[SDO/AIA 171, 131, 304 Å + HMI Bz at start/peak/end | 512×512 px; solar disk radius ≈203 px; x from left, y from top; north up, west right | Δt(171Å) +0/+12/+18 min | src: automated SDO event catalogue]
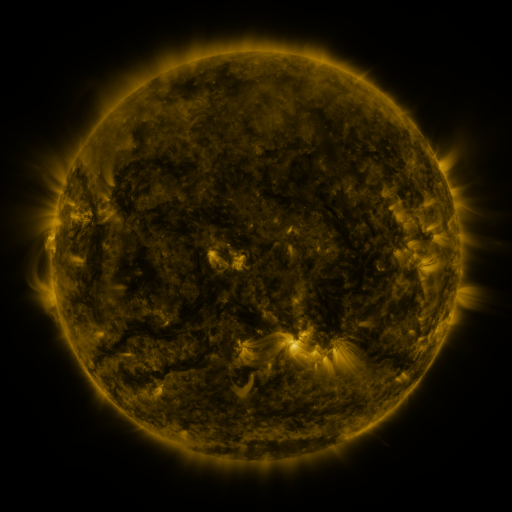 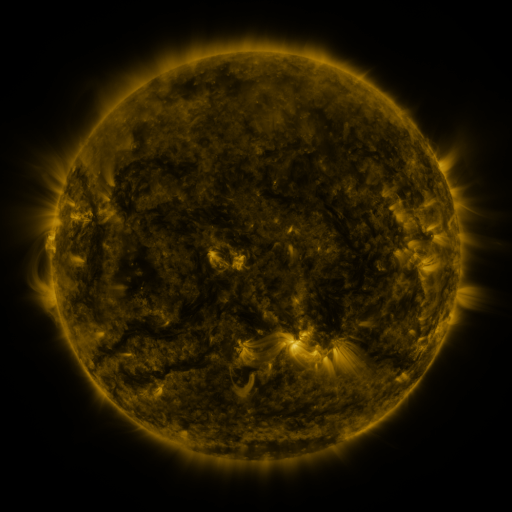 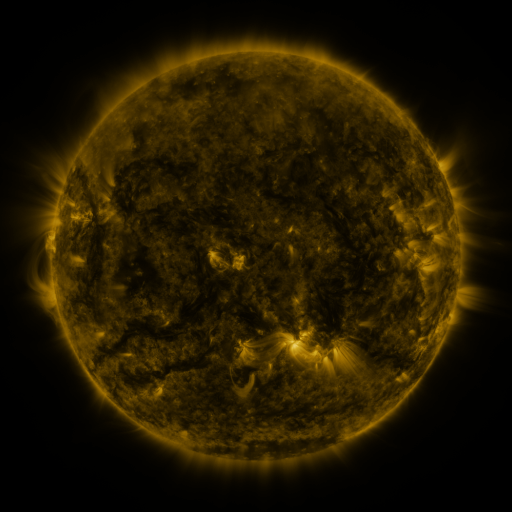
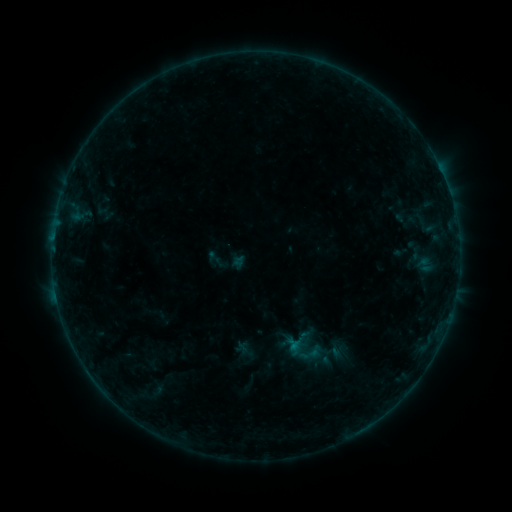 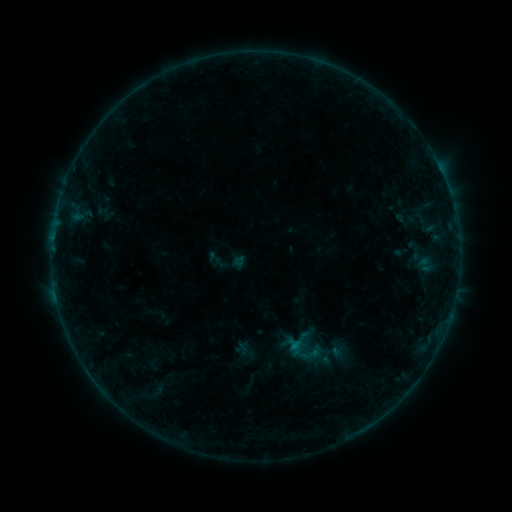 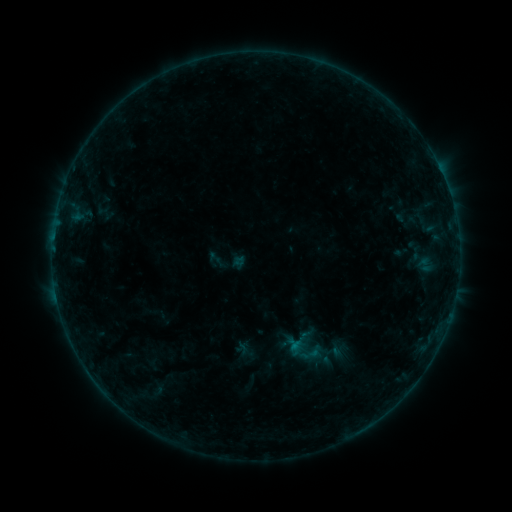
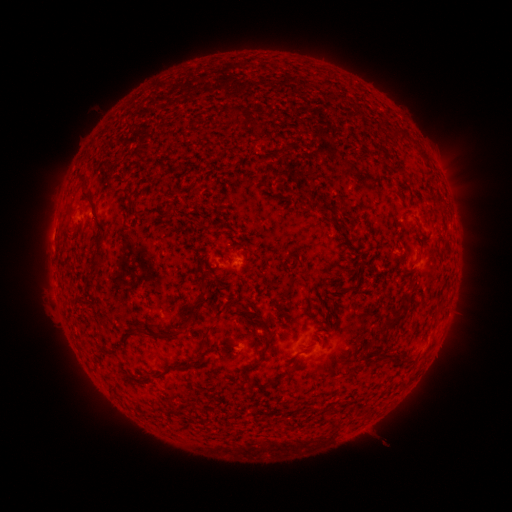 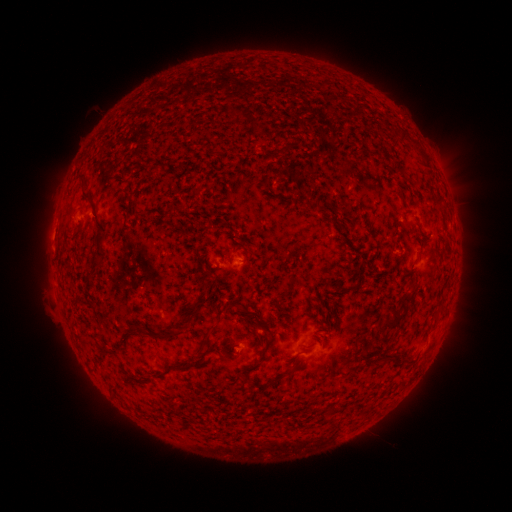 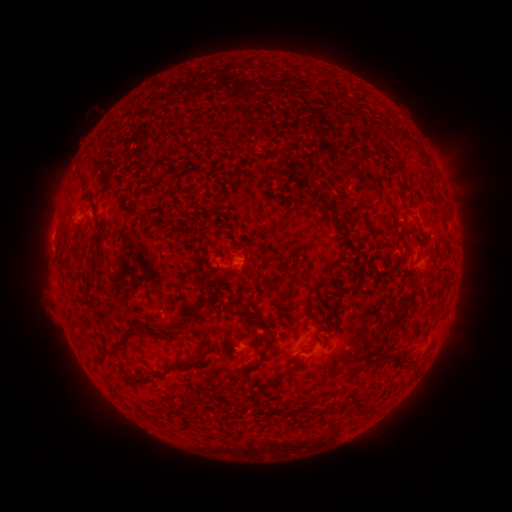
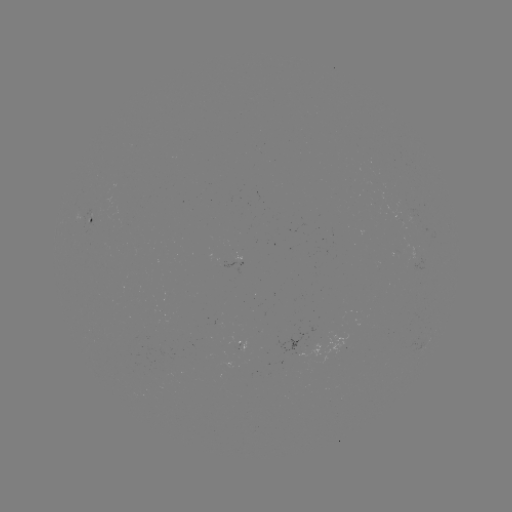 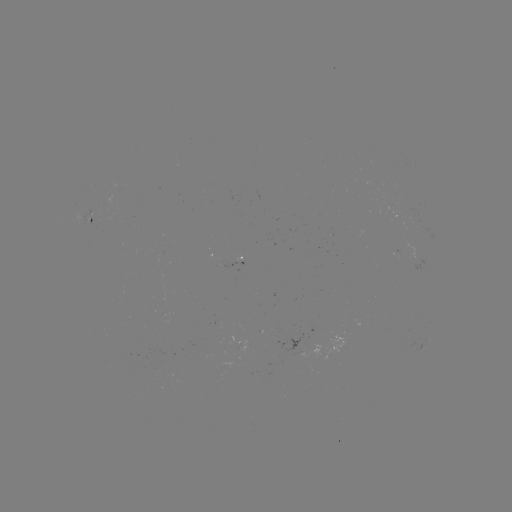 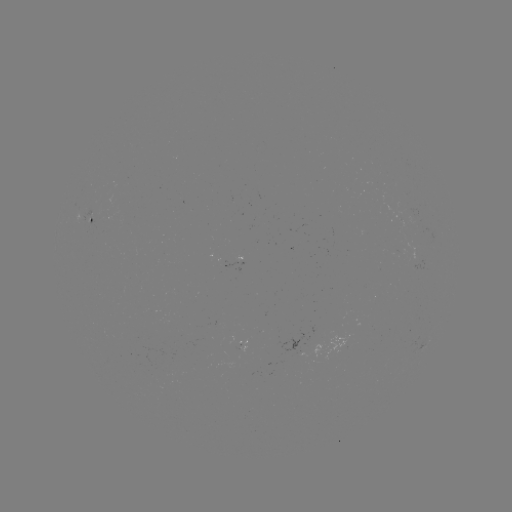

no catalogued flare and no flagged EUV brightening in this window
